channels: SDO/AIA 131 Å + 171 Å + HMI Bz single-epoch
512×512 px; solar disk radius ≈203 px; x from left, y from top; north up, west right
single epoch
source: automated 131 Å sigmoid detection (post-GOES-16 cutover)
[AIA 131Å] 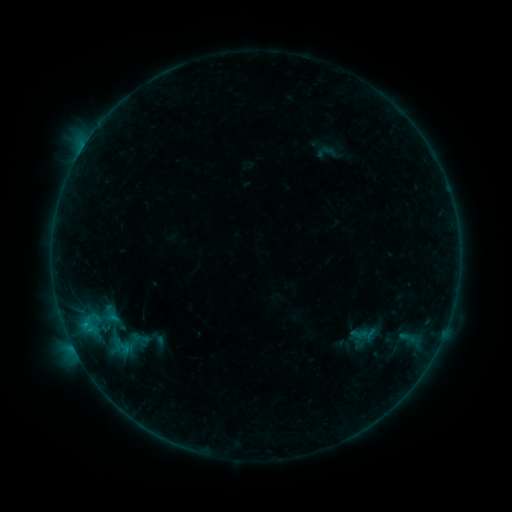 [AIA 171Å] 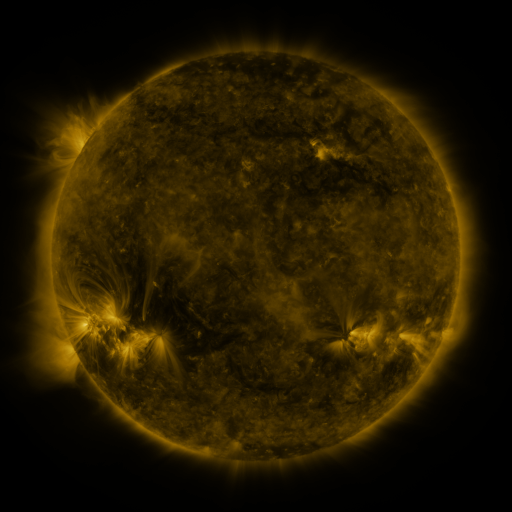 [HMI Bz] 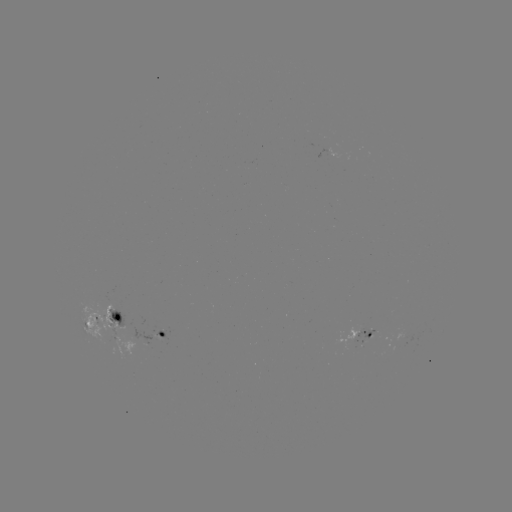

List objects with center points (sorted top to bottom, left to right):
sigmoid: (93, 326, 144, 358)
